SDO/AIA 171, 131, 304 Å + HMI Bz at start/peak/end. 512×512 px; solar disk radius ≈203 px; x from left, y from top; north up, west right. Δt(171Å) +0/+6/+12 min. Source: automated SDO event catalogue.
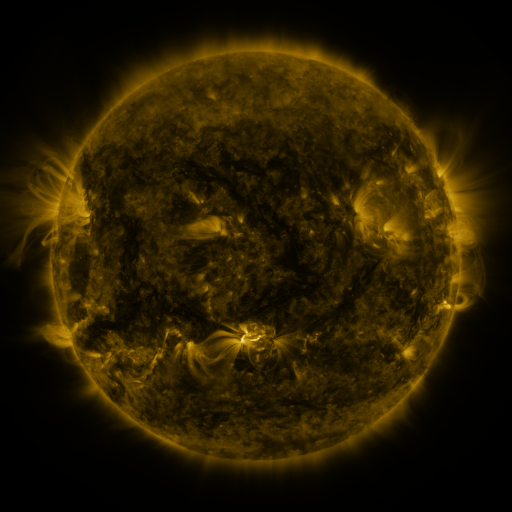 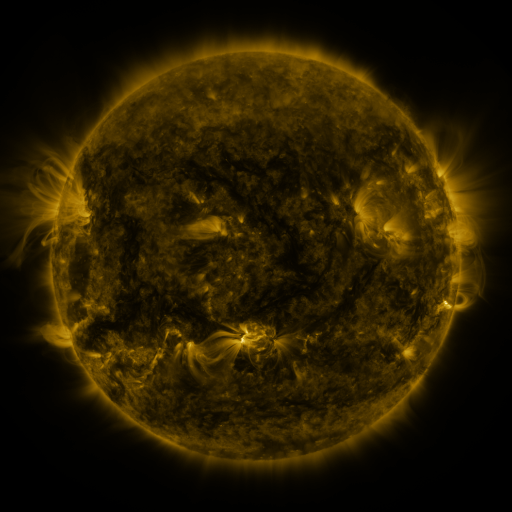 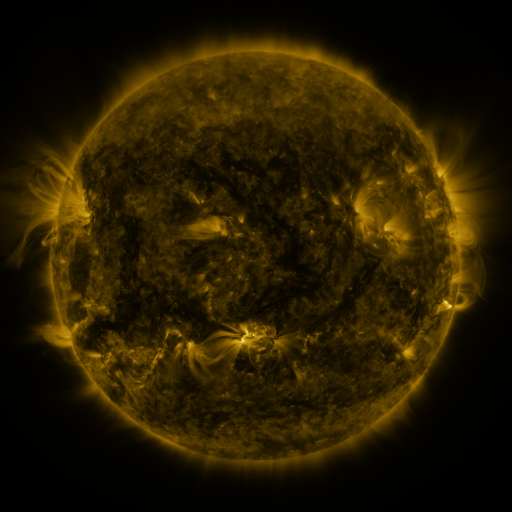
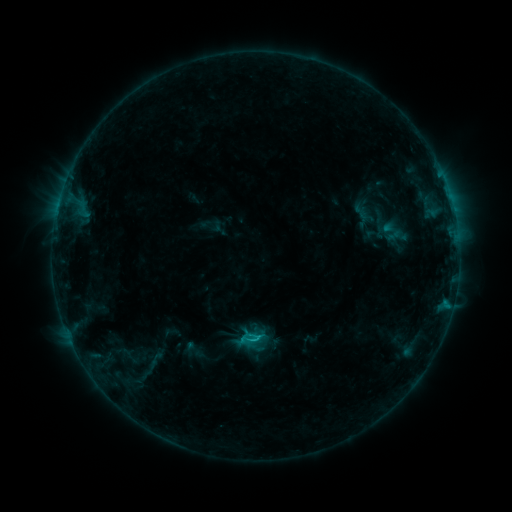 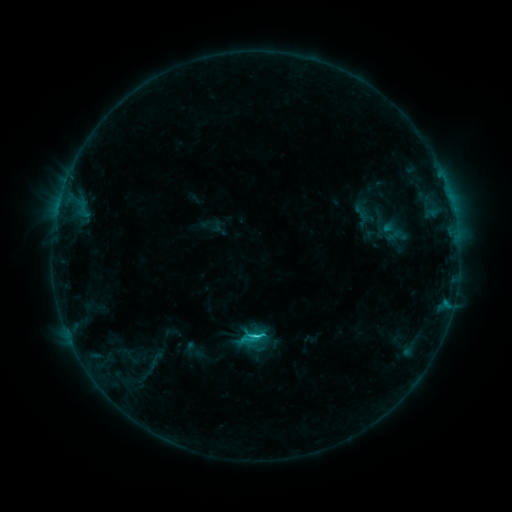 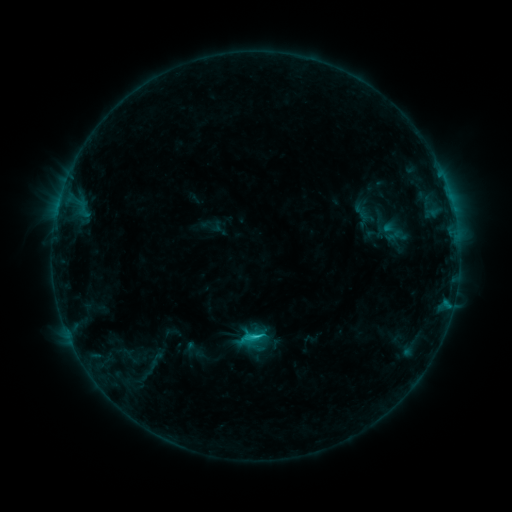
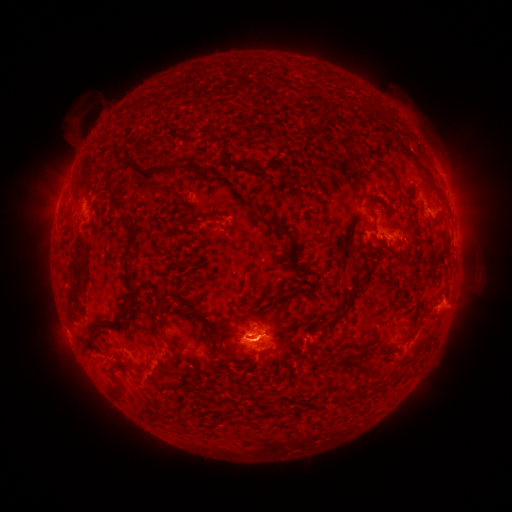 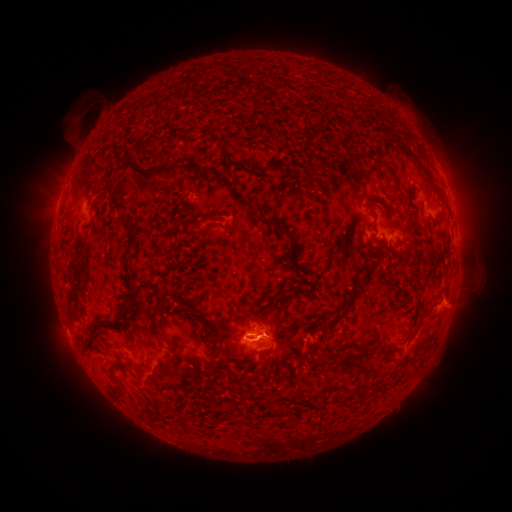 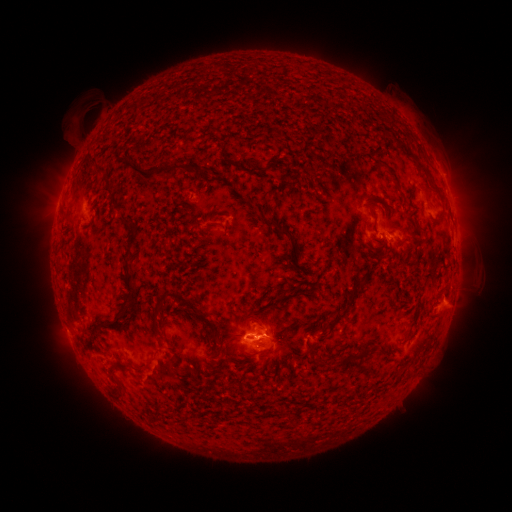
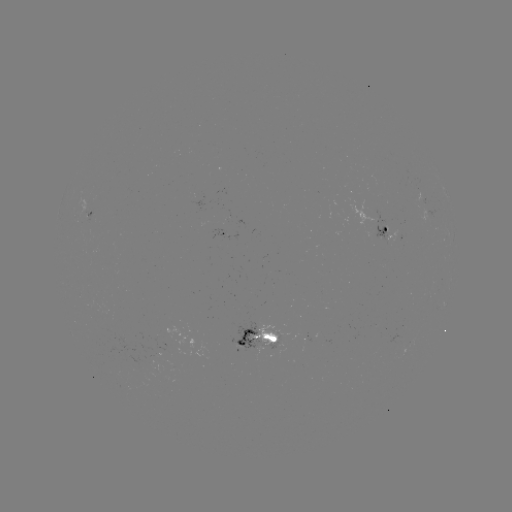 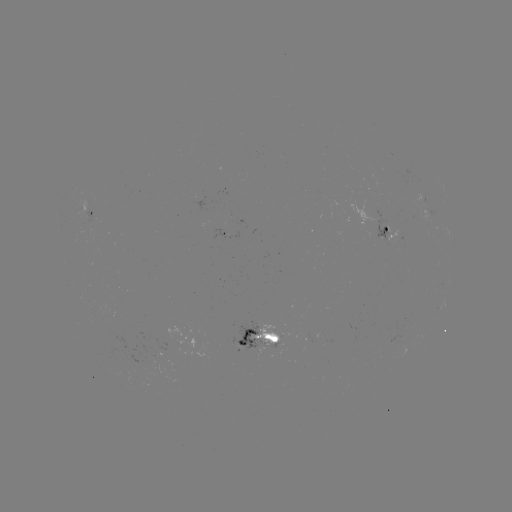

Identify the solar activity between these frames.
C1.5 flare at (256, 336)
